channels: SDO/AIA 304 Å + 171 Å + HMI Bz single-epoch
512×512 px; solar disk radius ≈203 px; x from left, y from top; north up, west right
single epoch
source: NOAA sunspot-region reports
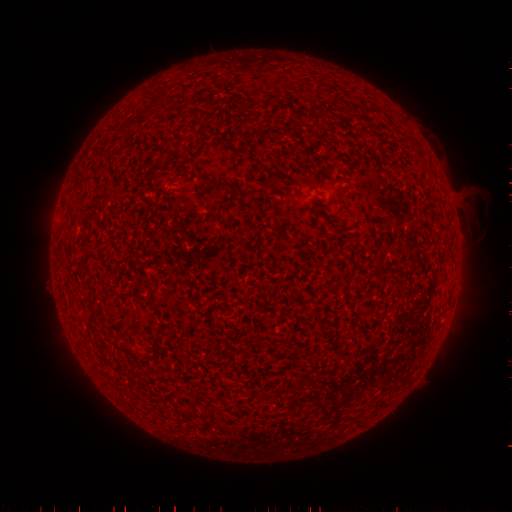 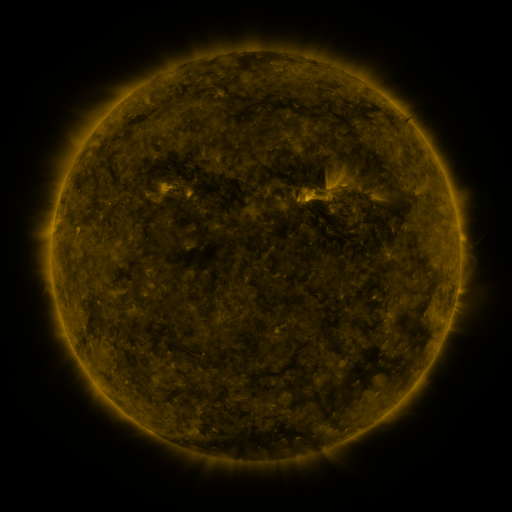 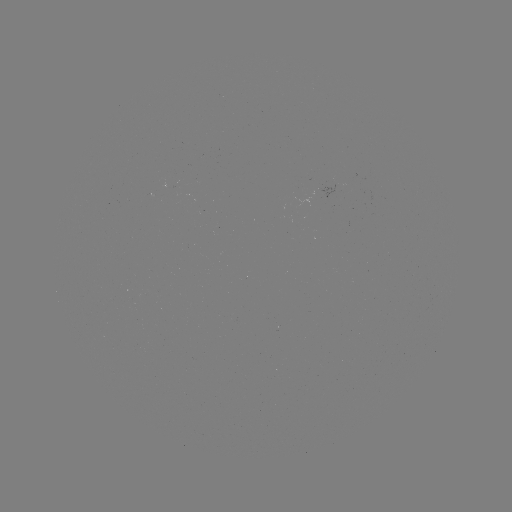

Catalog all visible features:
(none)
